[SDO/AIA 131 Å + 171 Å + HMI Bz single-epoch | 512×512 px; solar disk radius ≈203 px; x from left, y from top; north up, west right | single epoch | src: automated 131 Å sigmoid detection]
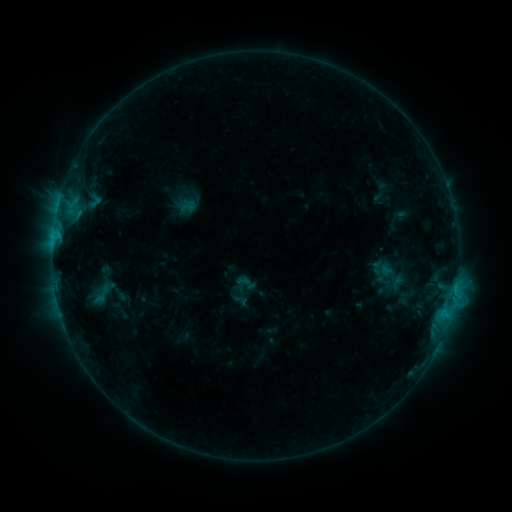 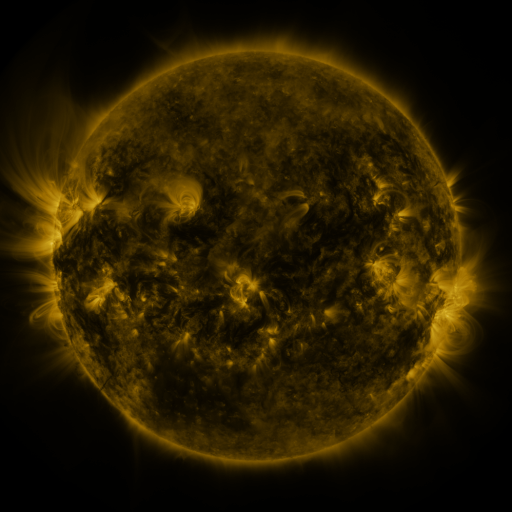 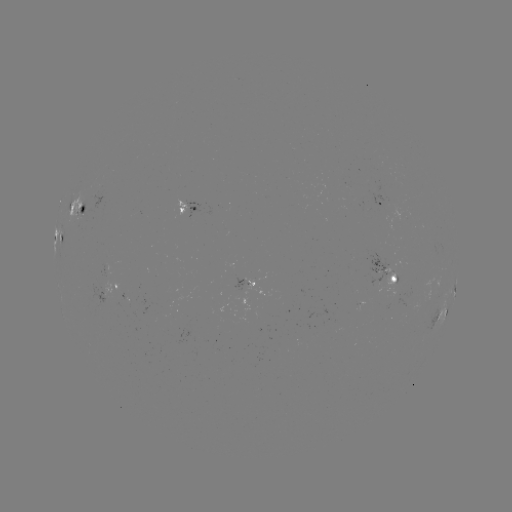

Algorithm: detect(sigmoid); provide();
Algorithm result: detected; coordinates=(188, 206)